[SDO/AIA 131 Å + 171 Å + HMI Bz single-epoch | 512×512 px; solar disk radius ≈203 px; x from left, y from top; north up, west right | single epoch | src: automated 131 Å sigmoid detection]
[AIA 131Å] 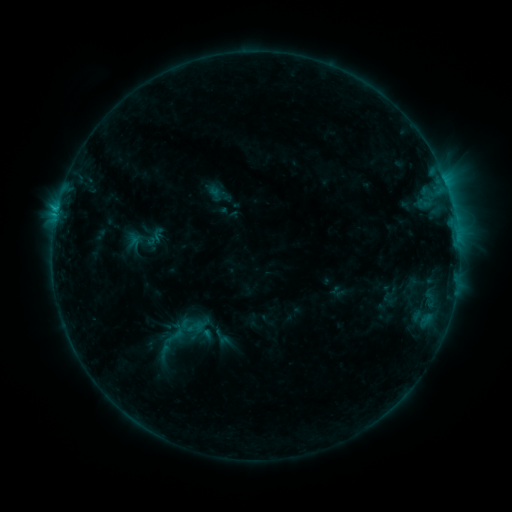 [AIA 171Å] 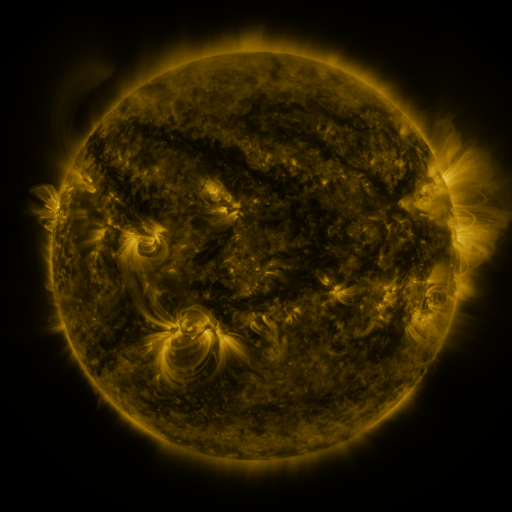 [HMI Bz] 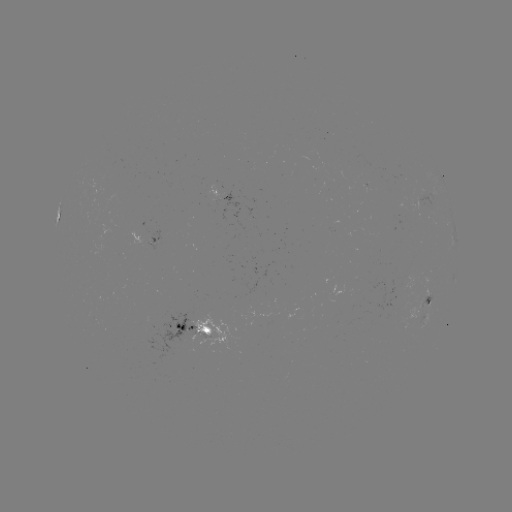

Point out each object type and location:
sigmoid: (174, 334)
